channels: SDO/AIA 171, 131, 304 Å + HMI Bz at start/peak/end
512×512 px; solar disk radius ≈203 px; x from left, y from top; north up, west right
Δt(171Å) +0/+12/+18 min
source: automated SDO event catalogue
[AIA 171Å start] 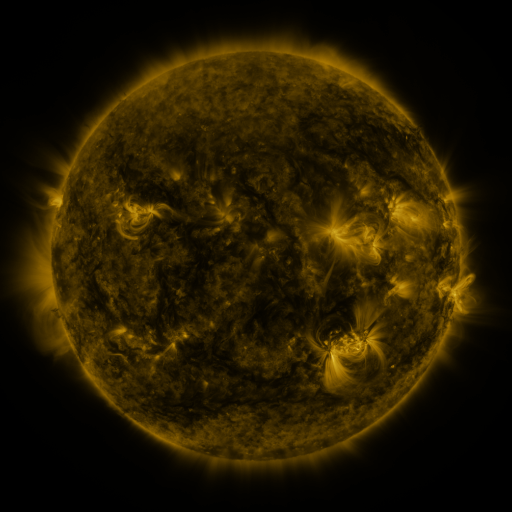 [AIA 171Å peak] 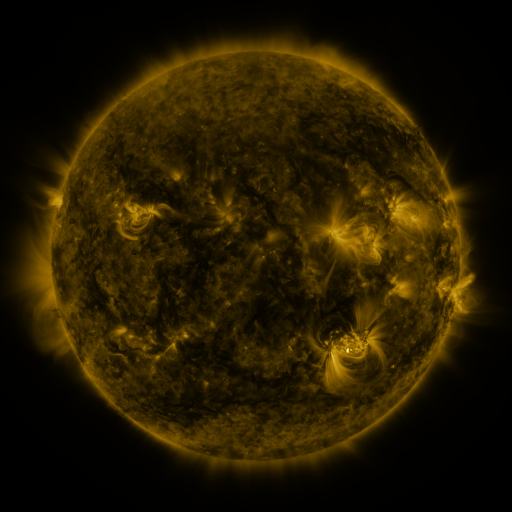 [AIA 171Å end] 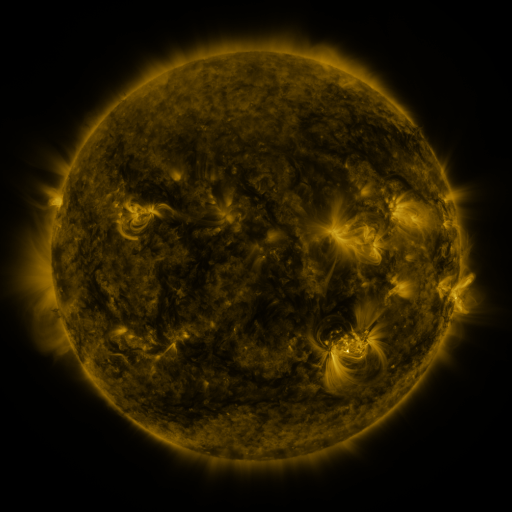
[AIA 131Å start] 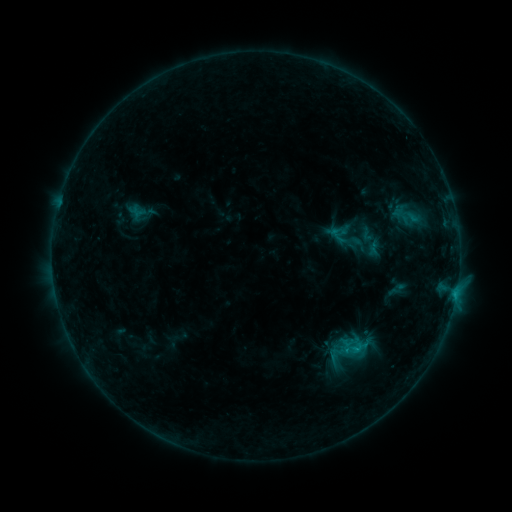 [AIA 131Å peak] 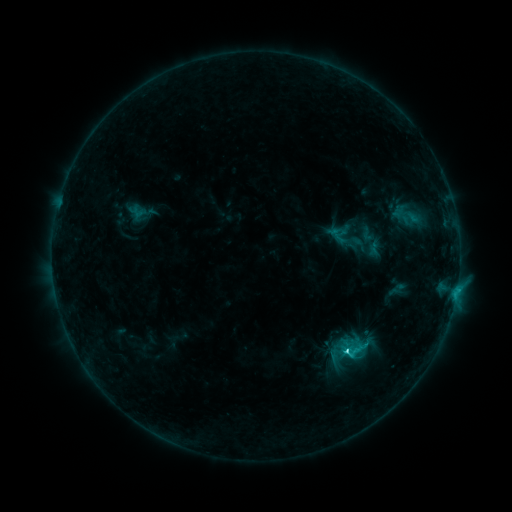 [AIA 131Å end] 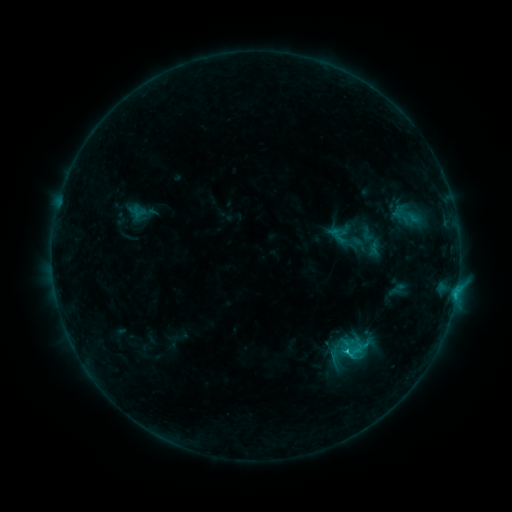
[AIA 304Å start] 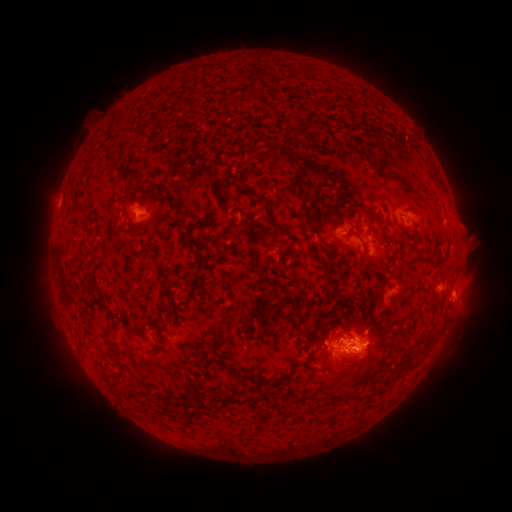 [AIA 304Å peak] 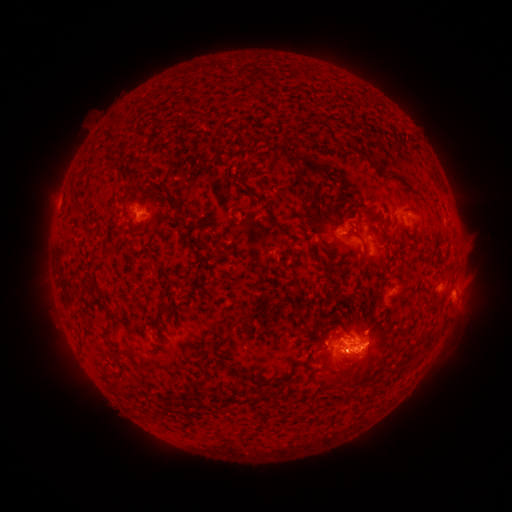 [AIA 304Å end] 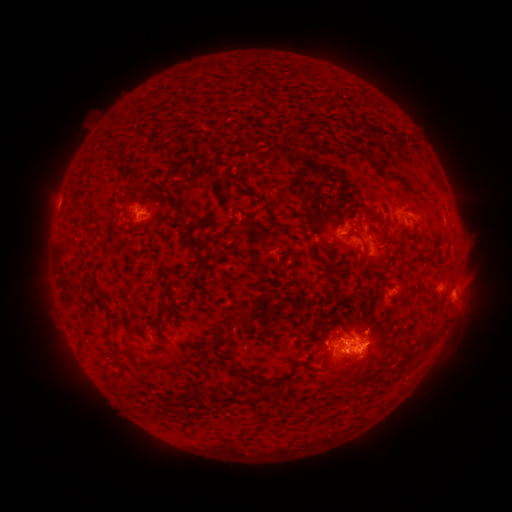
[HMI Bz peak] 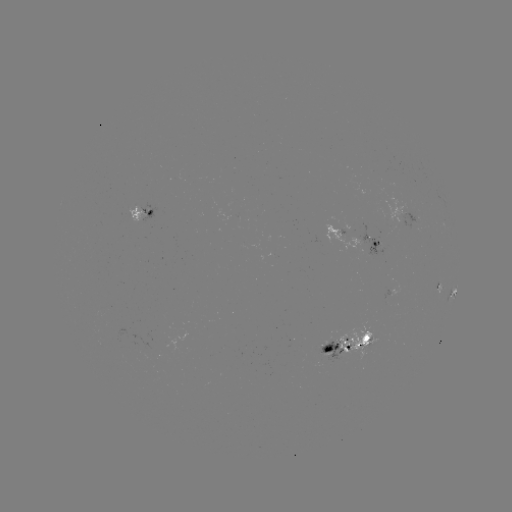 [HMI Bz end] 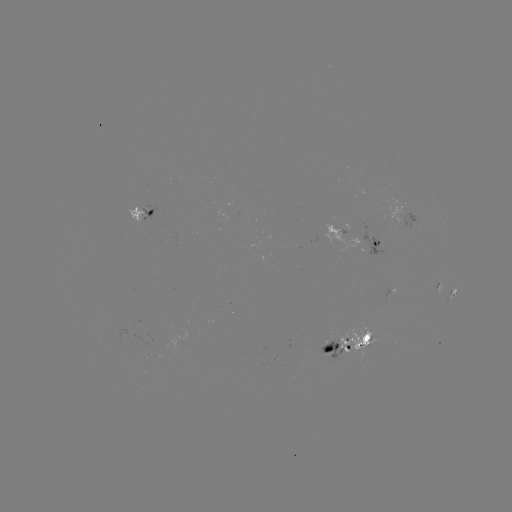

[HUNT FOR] C2.4 flare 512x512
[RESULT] [345, 348]